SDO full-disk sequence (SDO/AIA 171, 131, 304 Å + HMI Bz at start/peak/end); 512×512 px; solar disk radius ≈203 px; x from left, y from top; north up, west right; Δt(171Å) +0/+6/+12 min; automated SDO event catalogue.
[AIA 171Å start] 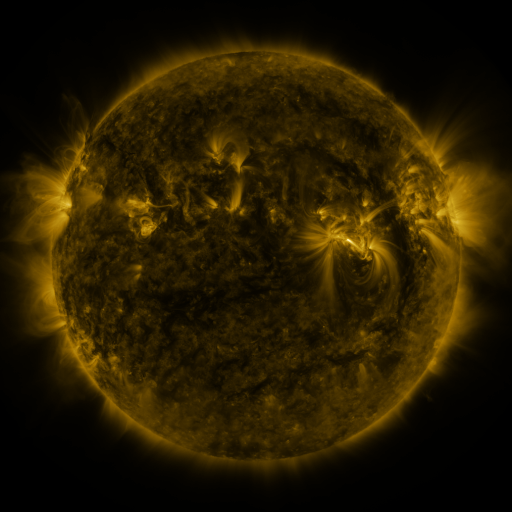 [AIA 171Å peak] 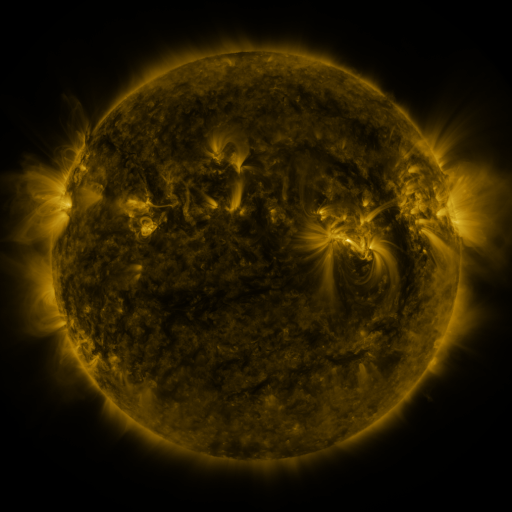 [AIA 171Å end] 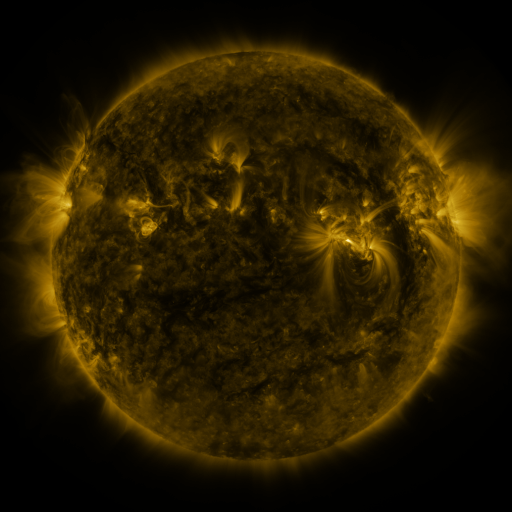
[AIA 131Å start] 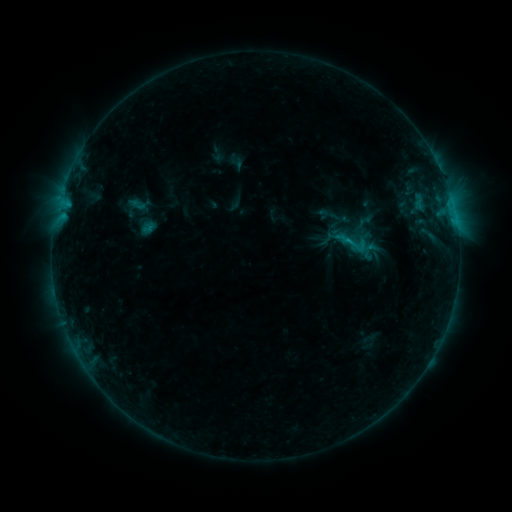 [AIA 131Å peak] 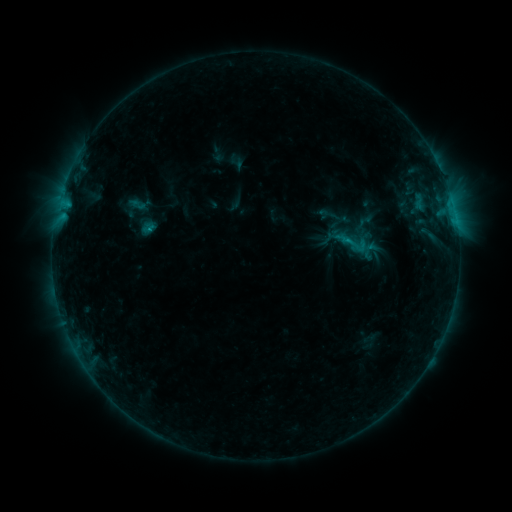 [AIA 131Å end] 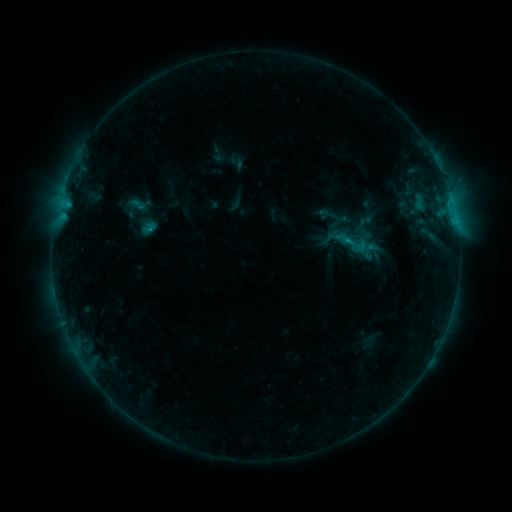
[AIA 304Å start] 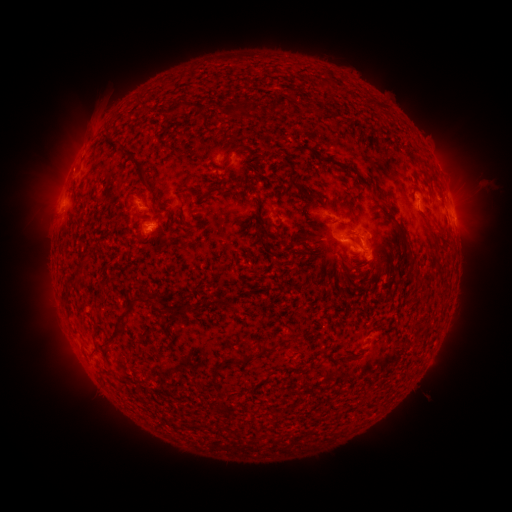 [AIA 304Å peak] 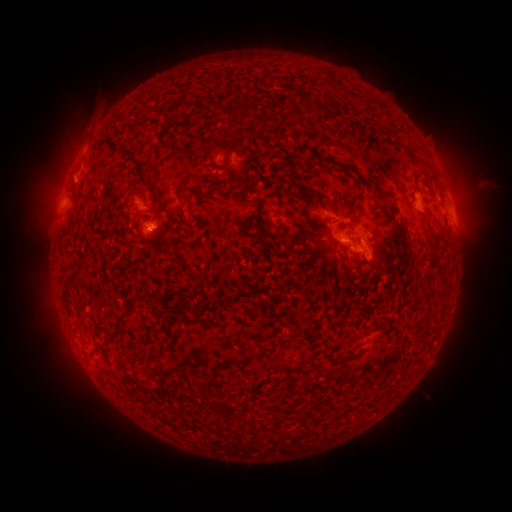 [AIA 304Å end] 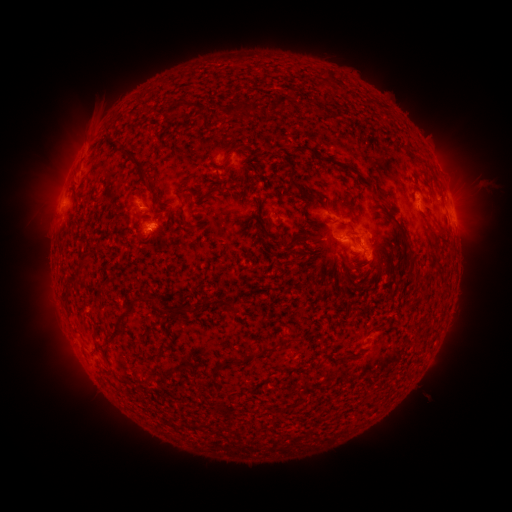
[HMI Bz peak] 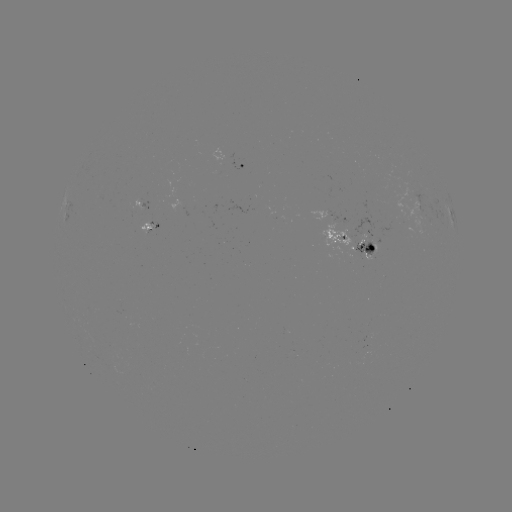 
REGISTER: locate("eruption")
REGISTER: (71, 174)